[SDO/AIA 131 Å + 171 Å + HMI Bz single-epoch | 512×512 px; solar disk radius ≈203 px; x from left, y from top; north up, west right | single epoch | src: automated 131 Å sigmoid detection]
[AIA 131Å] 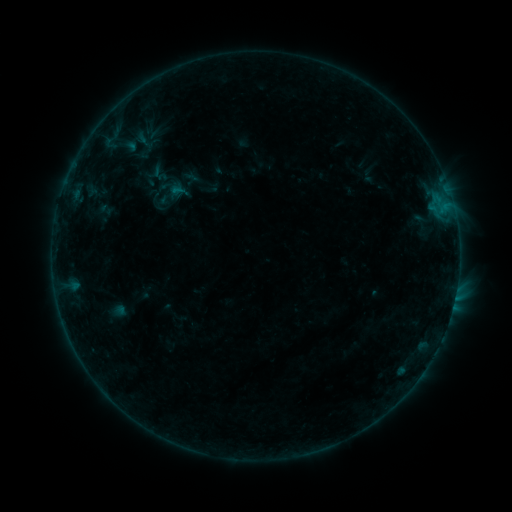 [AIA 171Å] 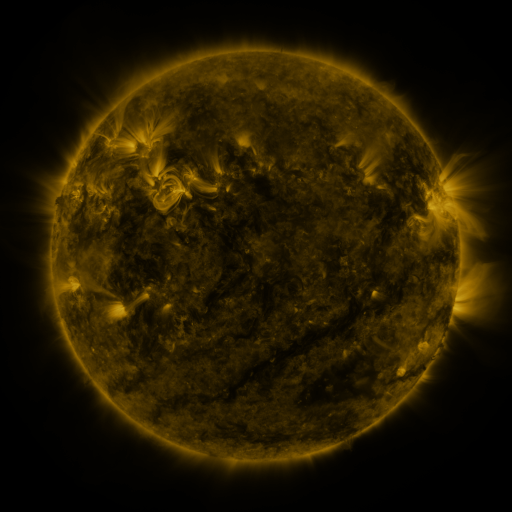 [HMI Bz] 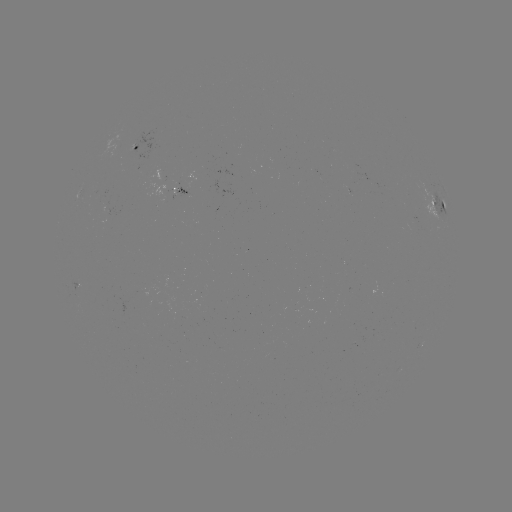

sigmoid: (169, 181, 189, 200)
